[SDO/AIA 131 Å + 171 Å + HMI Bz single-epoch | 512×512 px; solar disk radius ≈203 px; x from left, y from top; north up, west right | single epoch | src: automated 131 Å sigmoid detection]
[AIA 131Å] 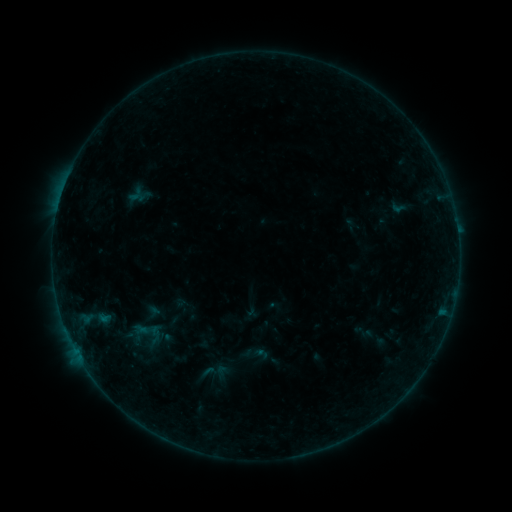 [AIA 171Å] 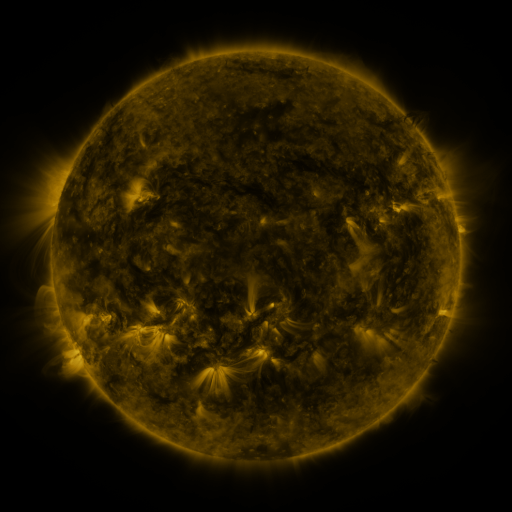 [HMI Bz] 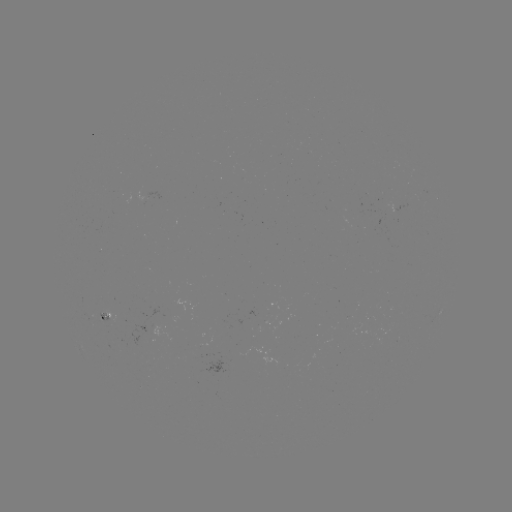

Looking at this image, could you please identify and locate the sigmoid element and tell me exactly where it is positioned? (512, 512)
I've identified sigmoid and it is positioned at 209,372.